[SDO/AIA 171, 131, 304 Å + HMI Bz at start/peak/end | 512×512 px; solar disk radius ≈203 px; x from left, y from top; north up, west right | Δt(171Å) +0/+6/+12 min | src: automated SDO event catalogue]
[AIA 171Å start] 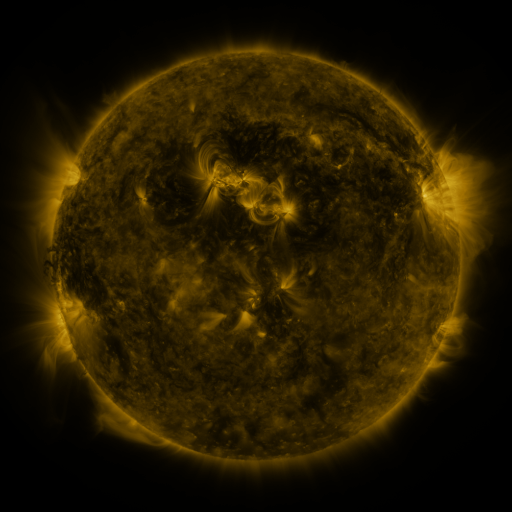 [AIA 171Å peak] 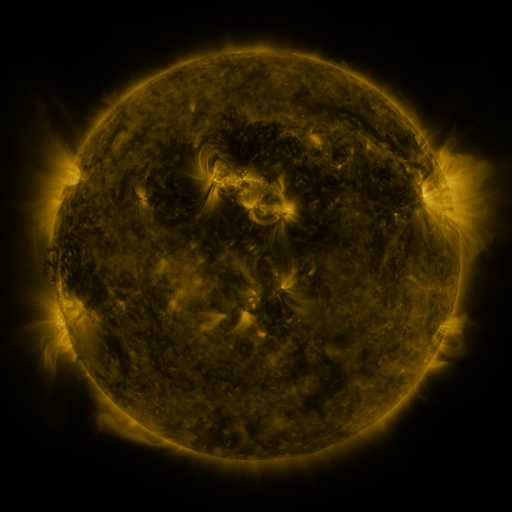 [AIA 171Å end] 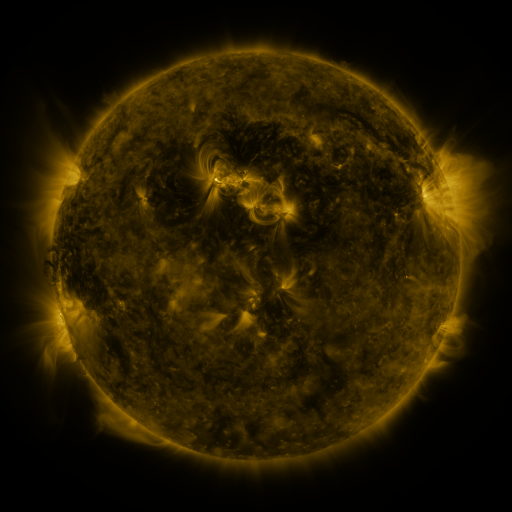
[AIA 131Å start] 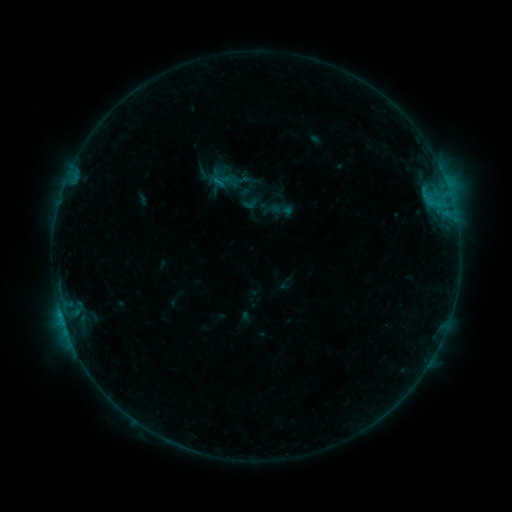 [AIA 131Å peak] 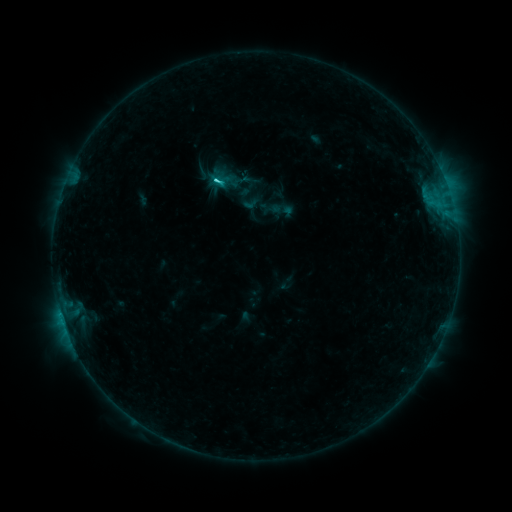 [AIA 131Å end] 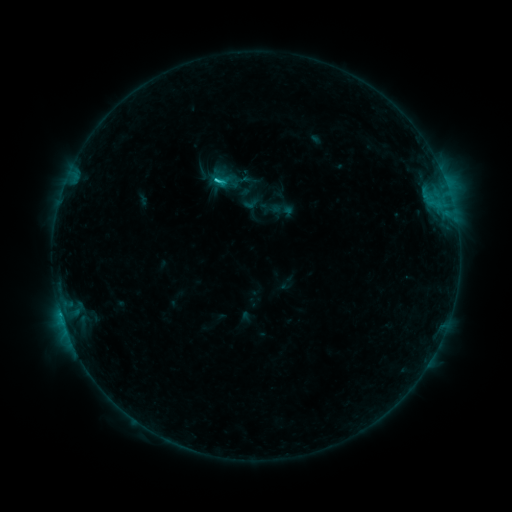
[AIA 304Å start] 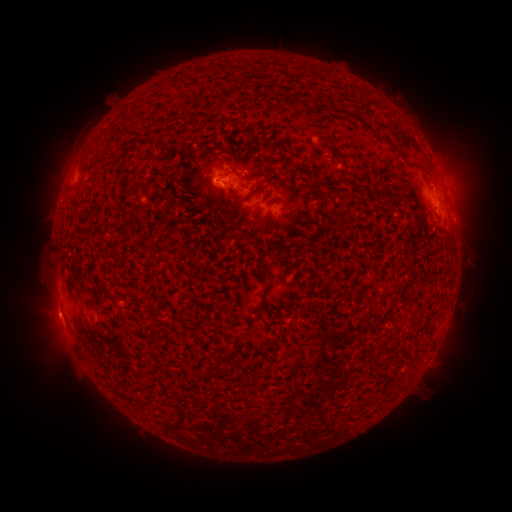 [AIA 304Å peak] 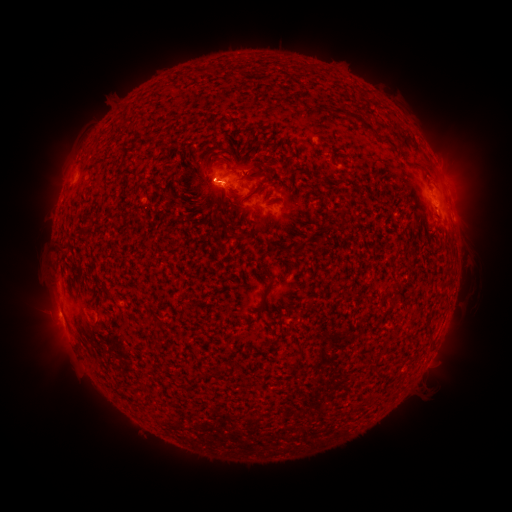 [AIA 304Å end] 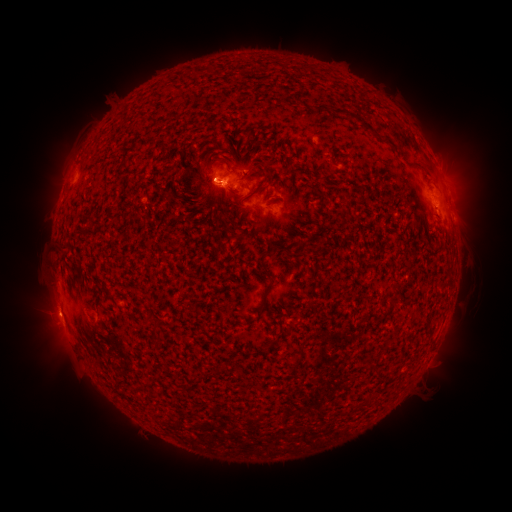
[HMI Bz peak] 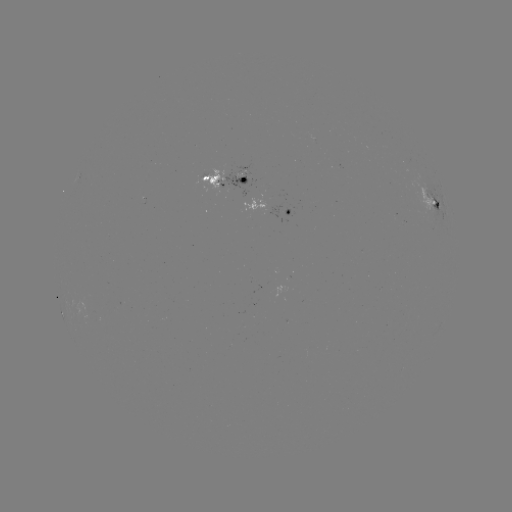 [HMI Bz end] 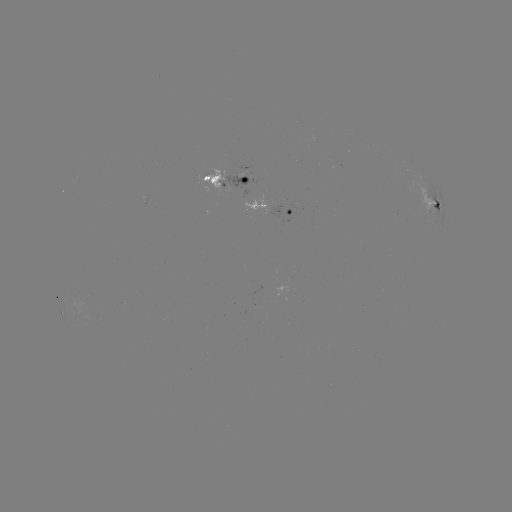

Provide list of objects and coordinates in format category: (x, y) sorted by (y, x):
C1.5 flare: (218, 182)
